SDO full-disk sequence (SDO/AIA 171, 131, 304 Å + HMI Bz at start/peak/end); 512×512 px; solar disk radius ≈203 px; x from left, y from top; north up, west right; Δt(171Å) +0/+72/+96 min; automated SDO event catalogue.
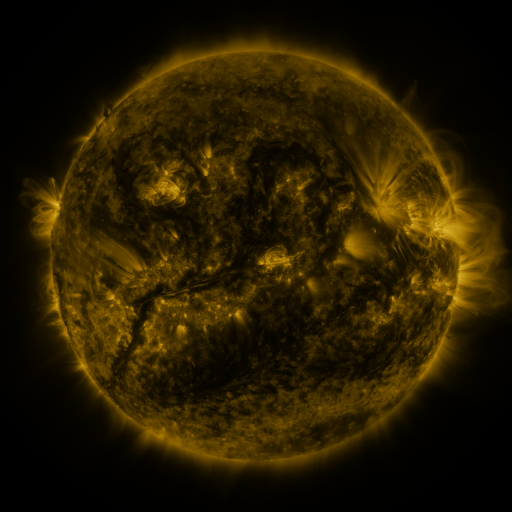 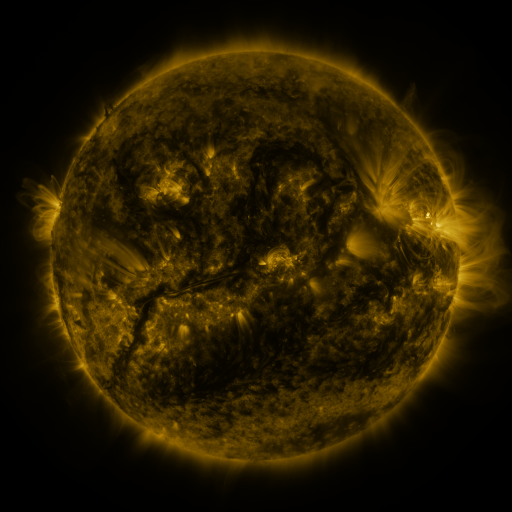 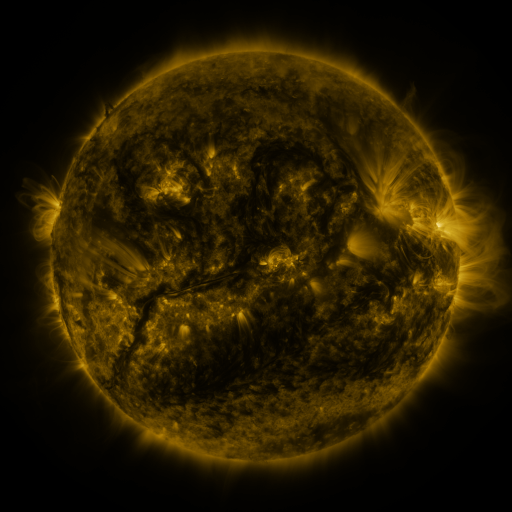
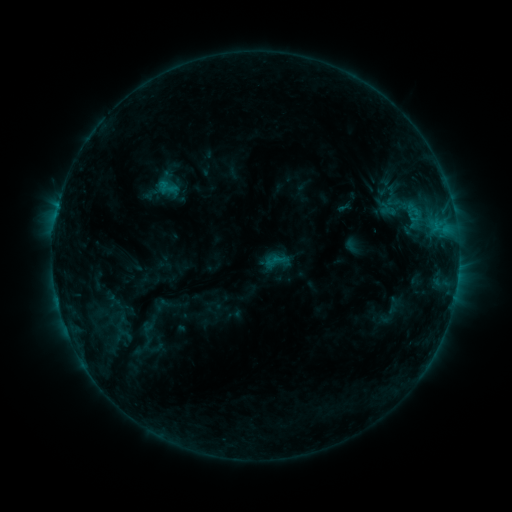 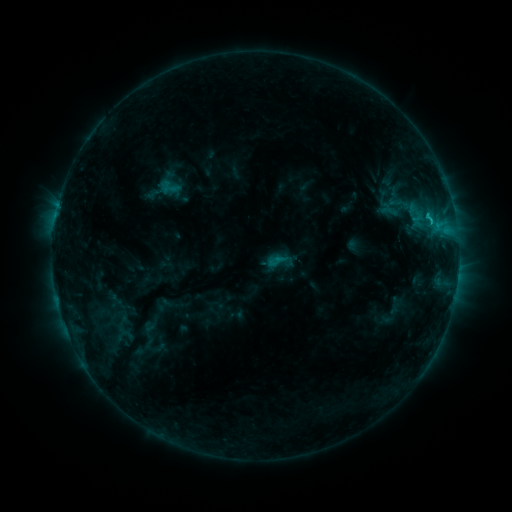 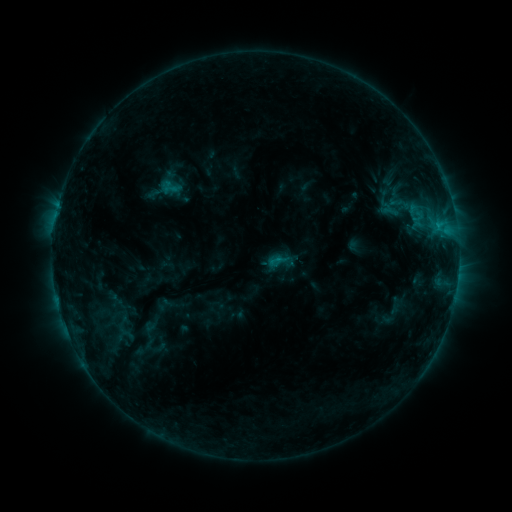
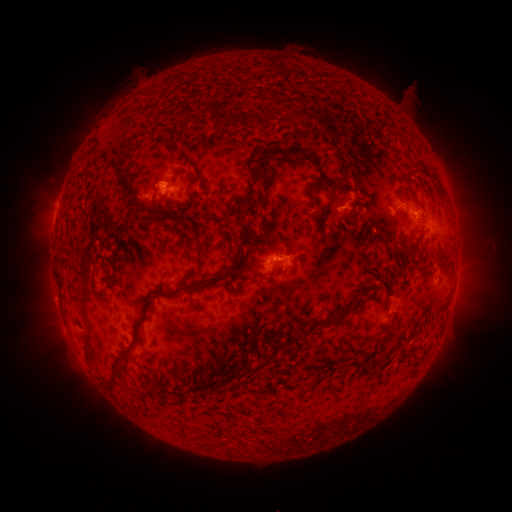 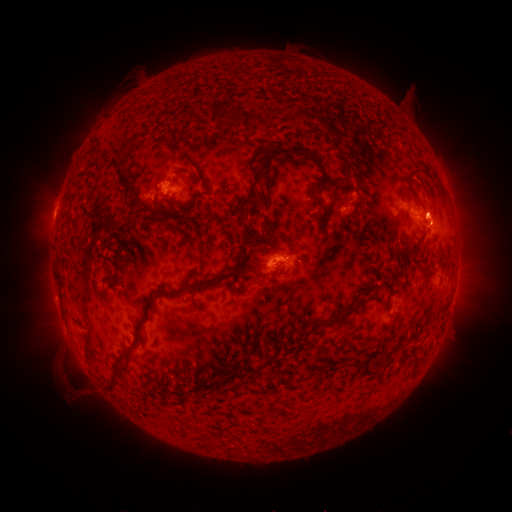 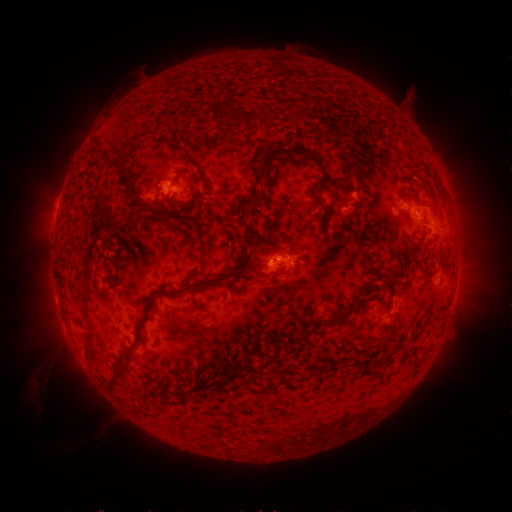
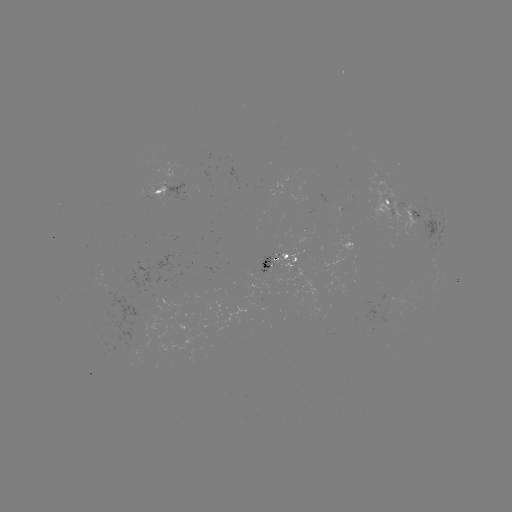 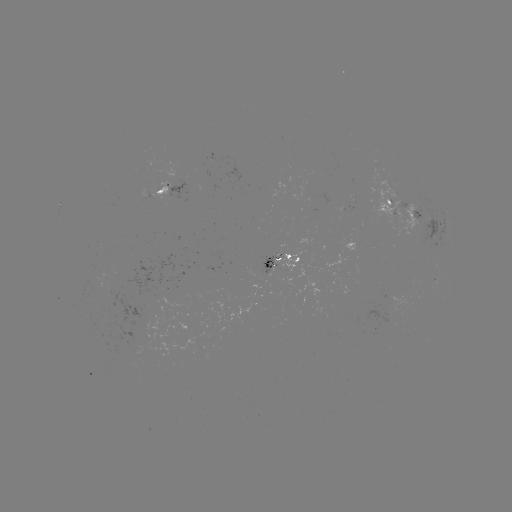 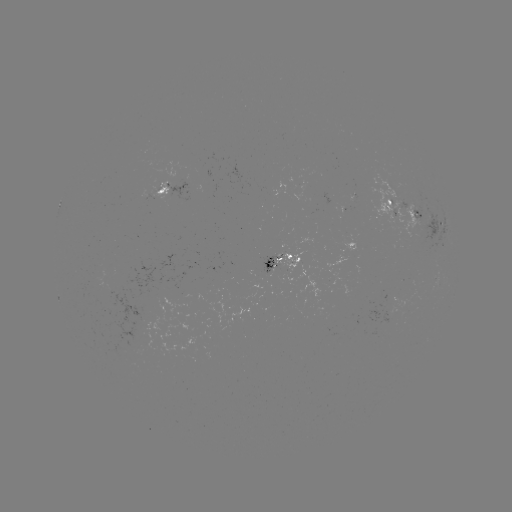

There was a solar emerging-flux region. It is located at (273, 260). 